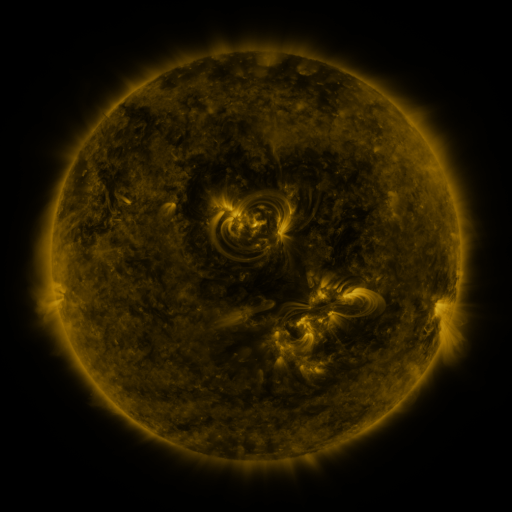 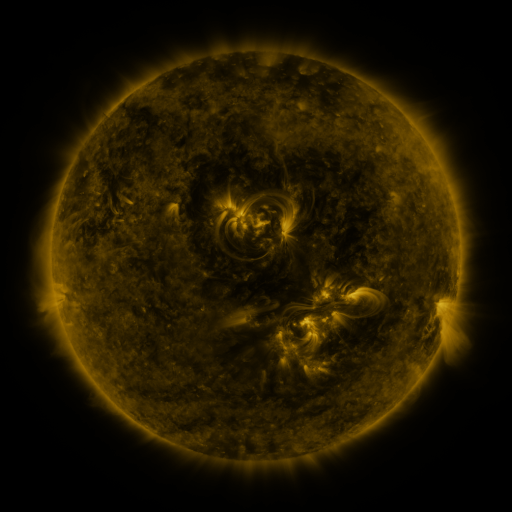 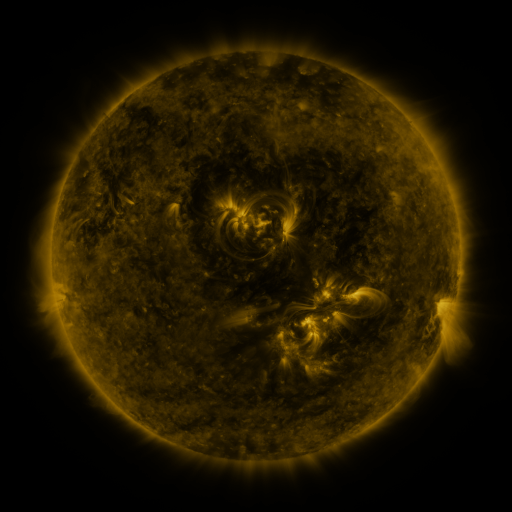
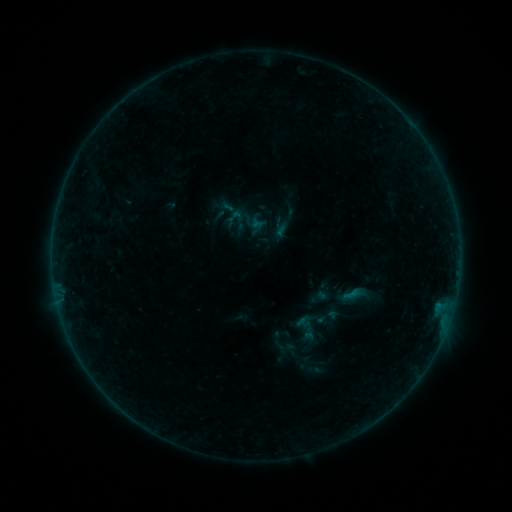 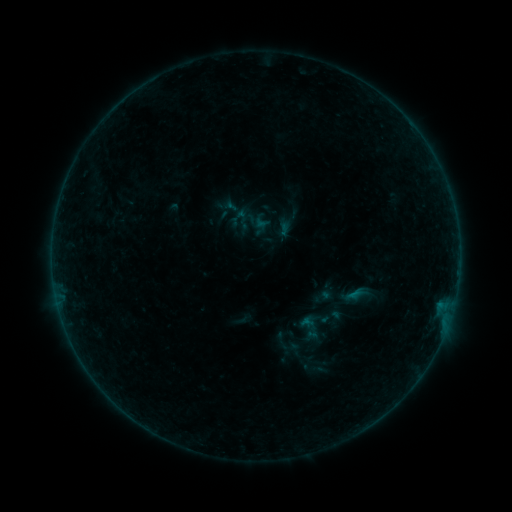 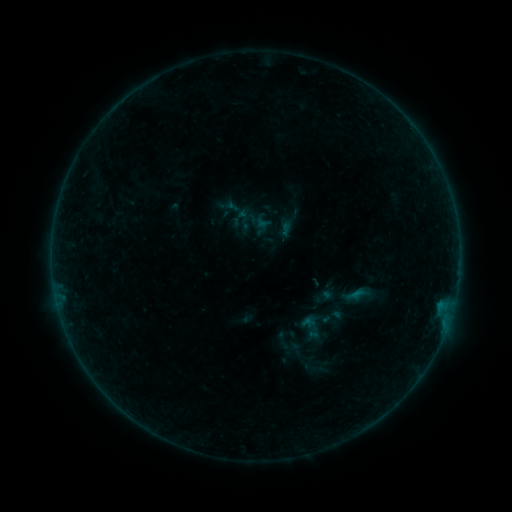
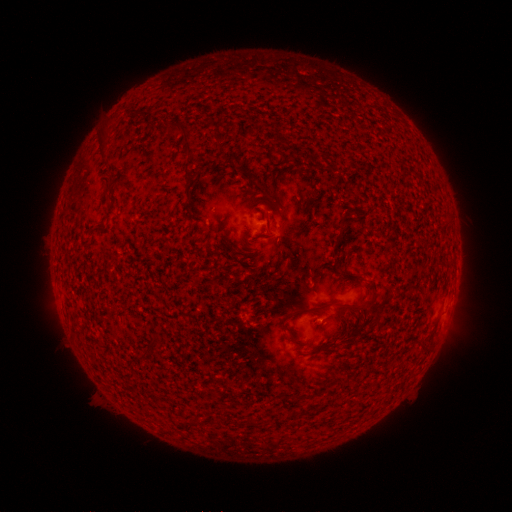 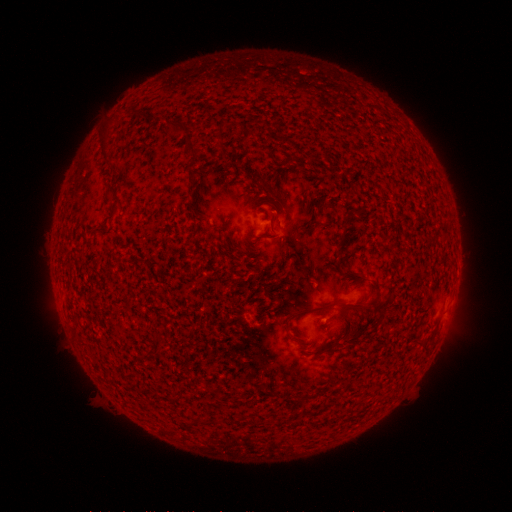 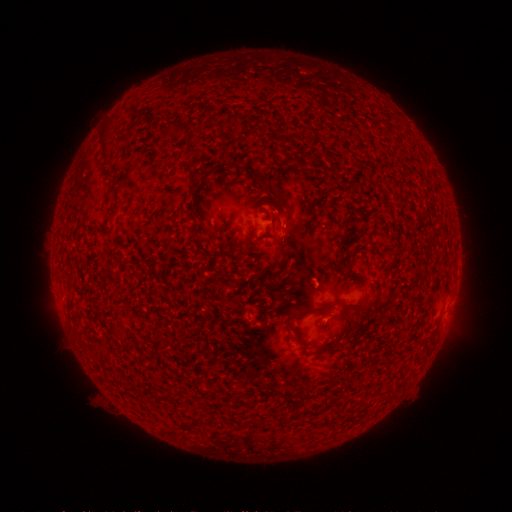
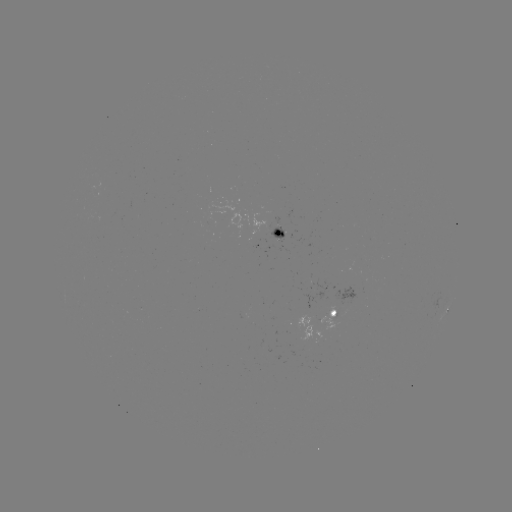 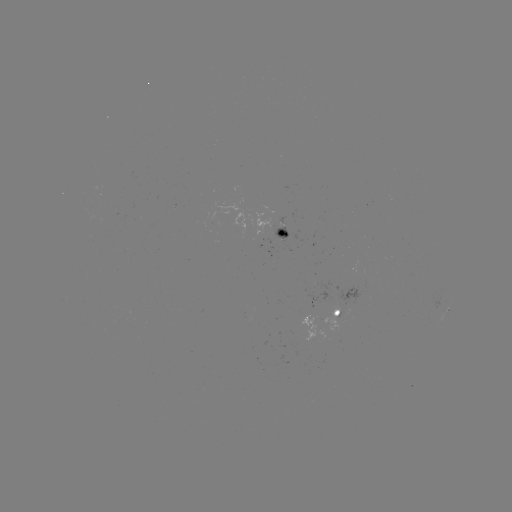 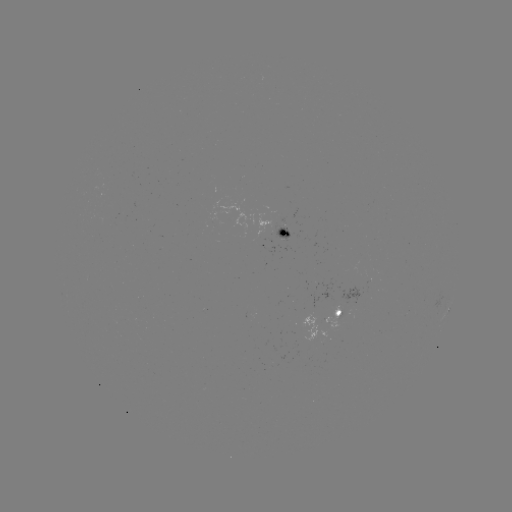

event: emerging-flux region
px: (329, 317)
